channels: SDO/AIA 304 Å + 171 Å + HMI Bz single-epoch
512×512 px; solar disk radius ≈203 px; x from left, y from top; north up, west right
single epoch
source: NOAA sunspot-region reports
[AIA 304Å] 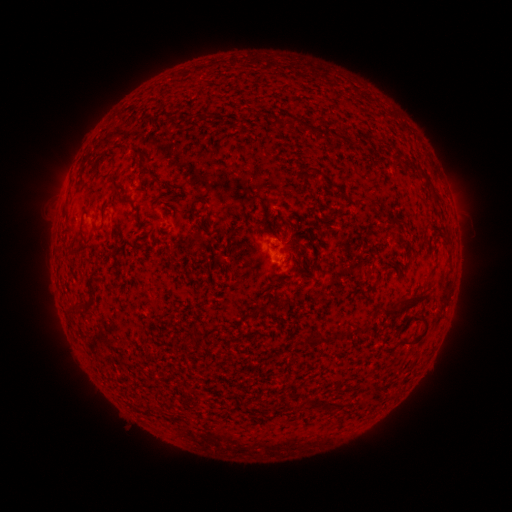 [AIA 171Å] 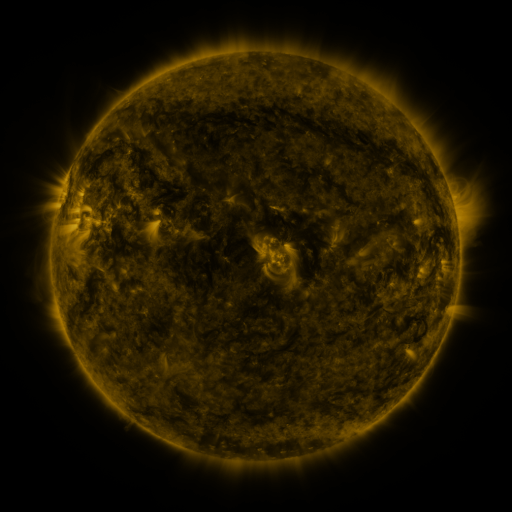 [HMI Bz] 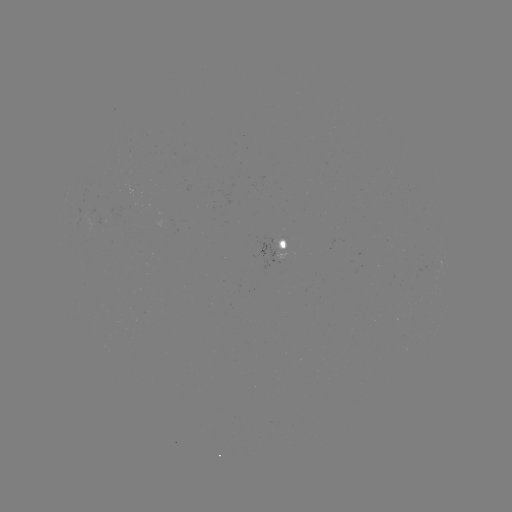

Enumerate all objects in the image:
spotted active region: (287, 250)
